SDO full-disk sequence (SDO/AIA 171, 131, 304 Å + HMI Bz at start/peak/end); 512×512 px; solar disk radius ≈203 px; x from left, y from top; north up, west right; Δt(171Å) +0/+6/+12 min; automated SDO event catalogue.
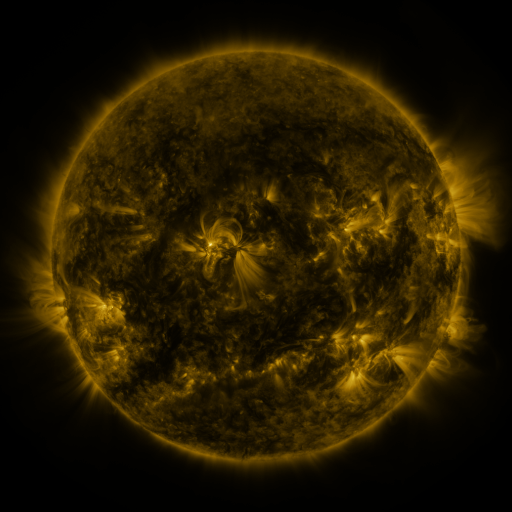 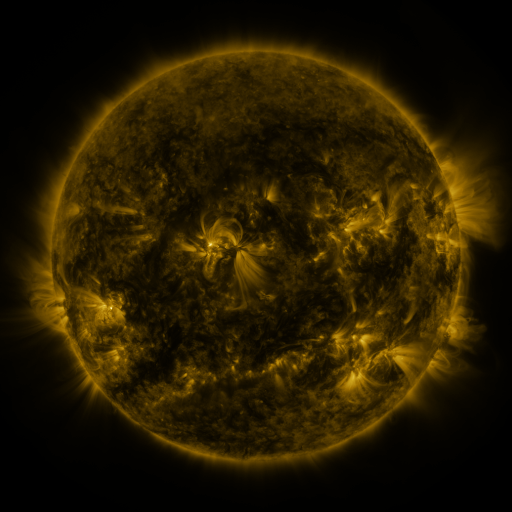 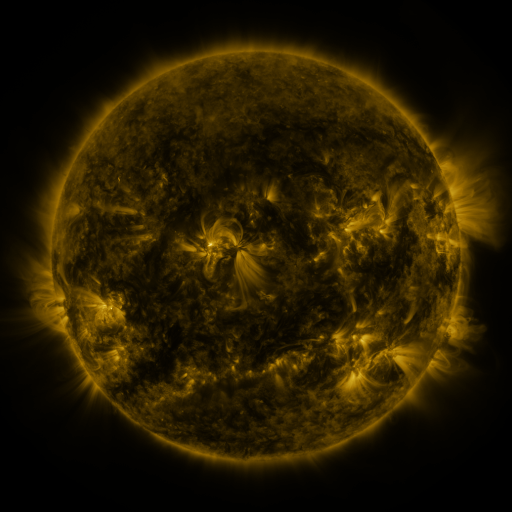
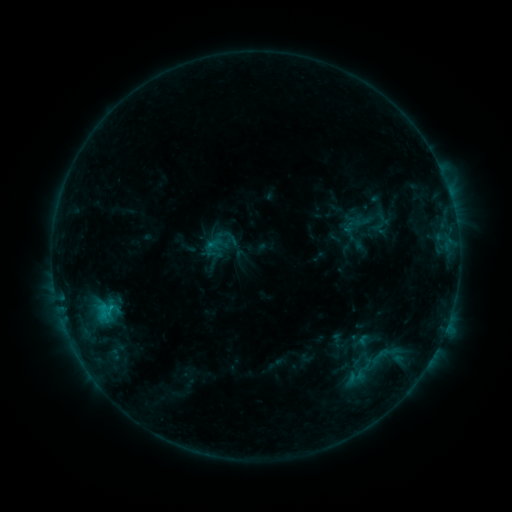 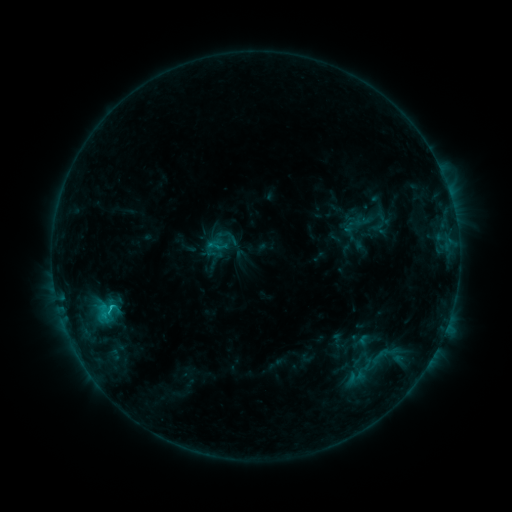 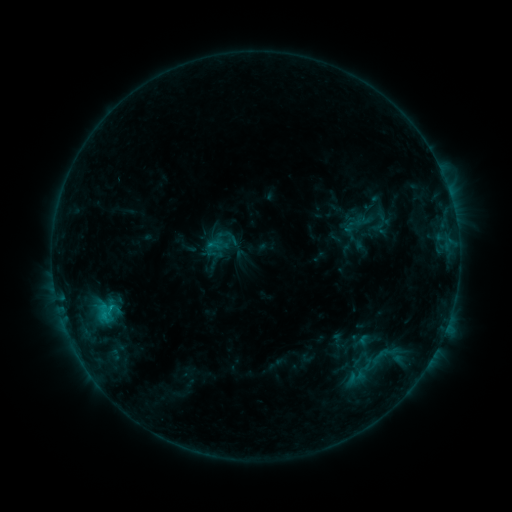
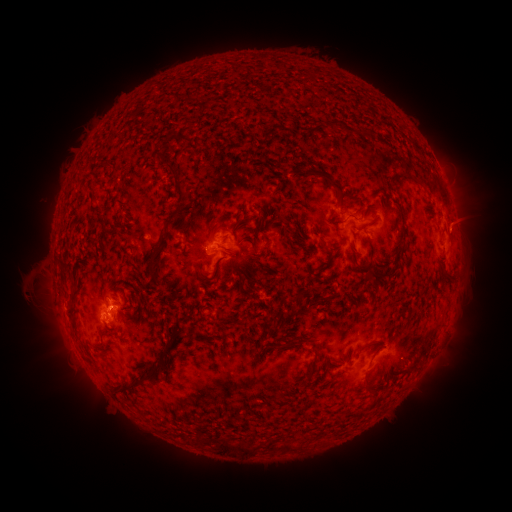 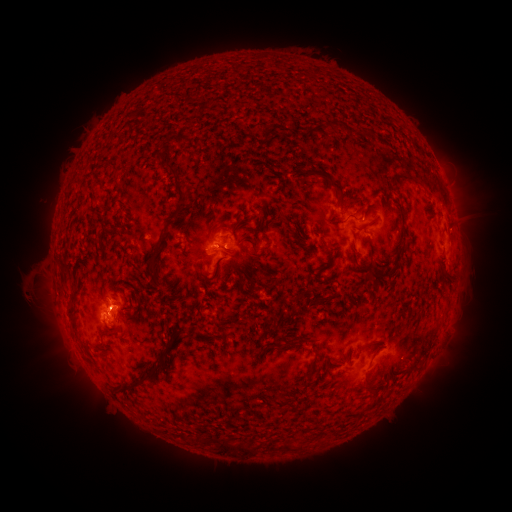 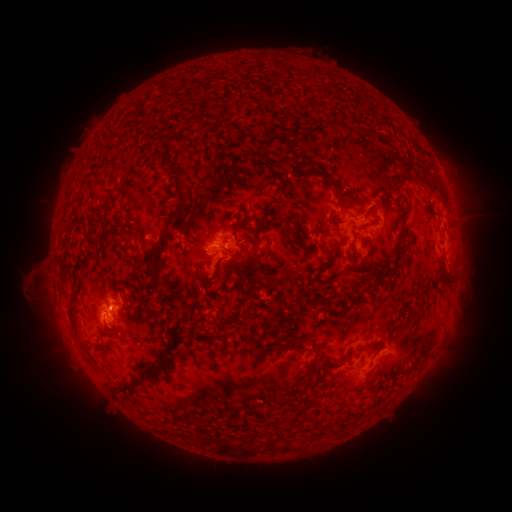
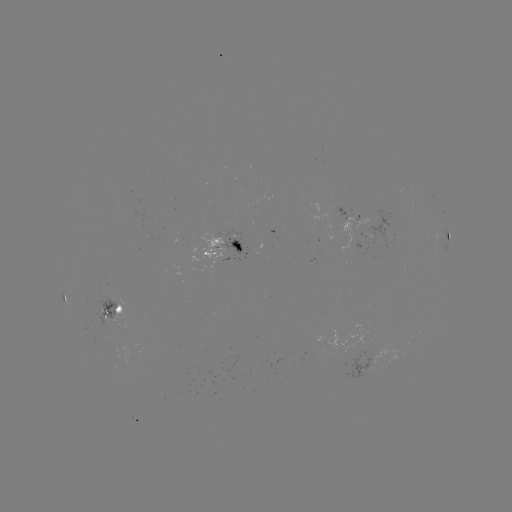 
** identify C1.1 flare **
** [112, 307] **